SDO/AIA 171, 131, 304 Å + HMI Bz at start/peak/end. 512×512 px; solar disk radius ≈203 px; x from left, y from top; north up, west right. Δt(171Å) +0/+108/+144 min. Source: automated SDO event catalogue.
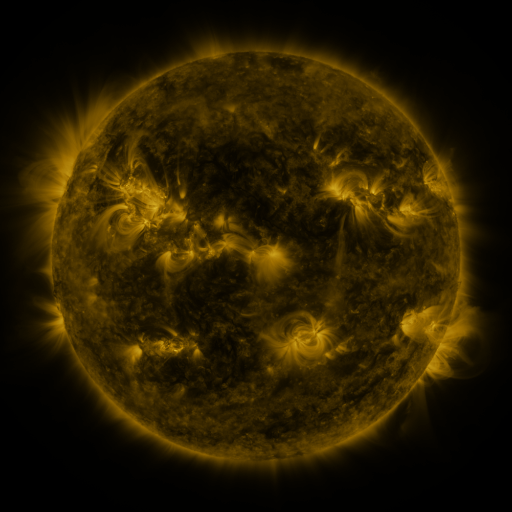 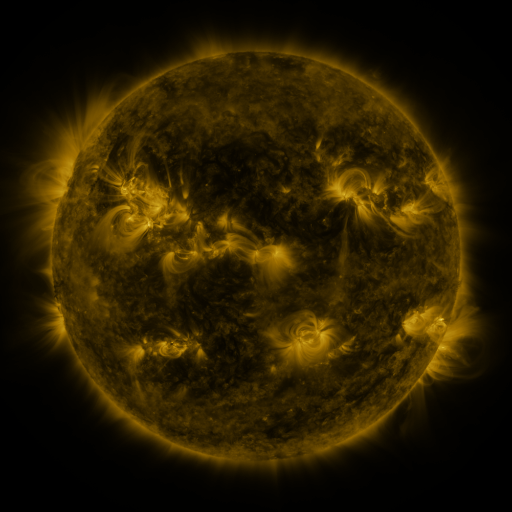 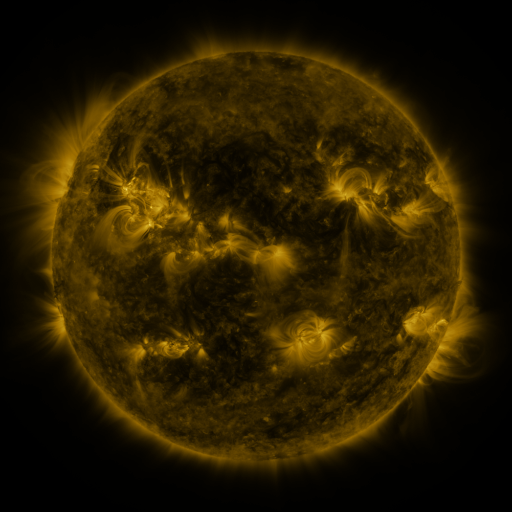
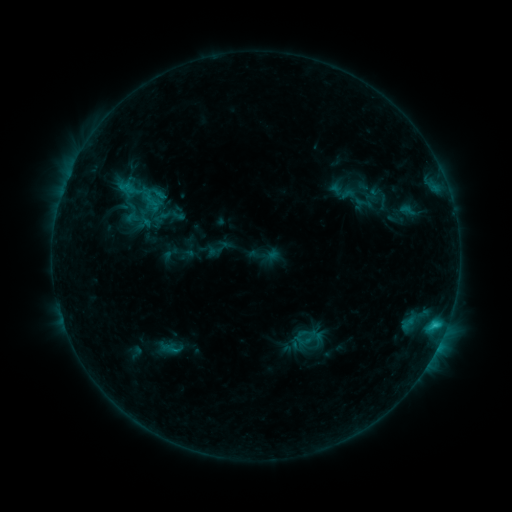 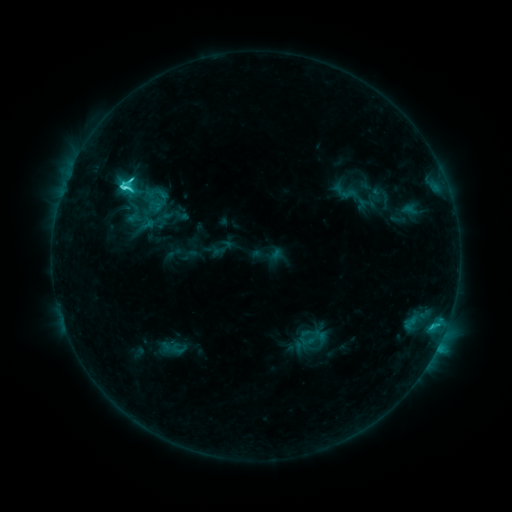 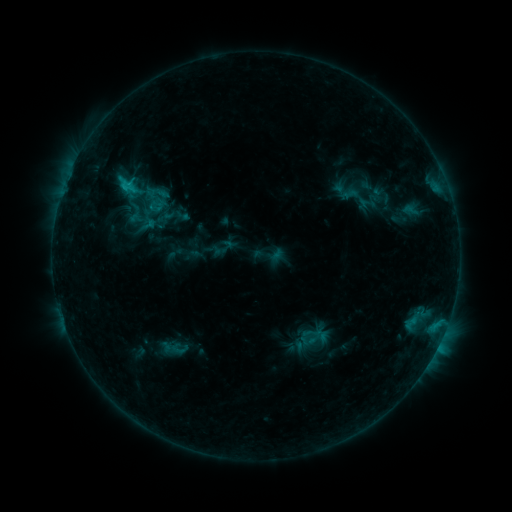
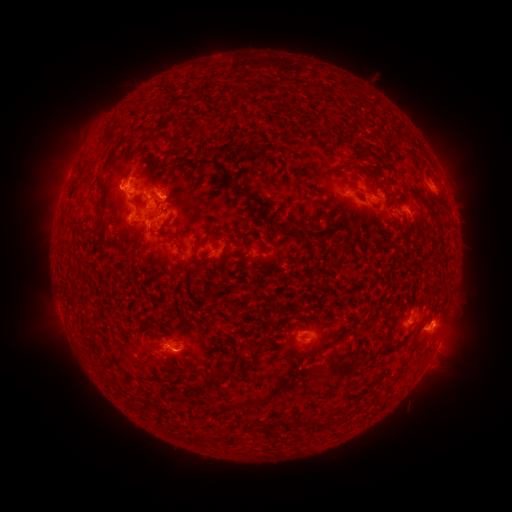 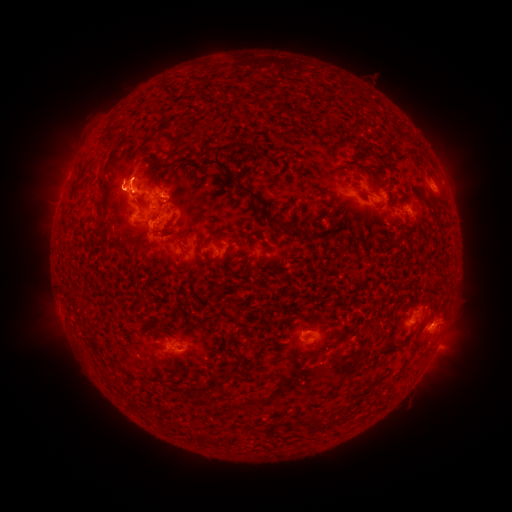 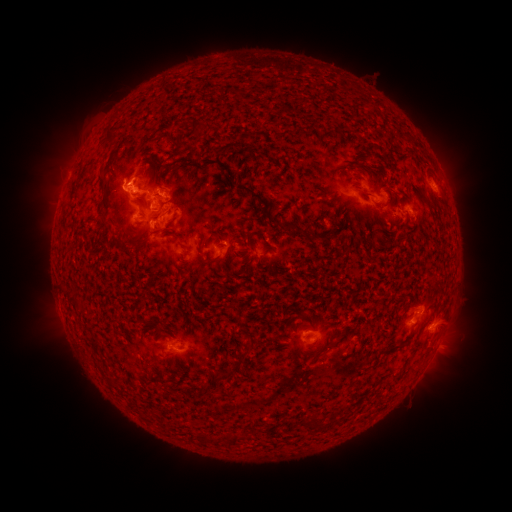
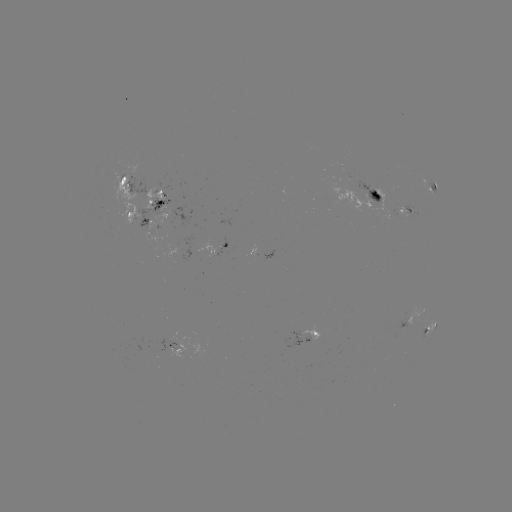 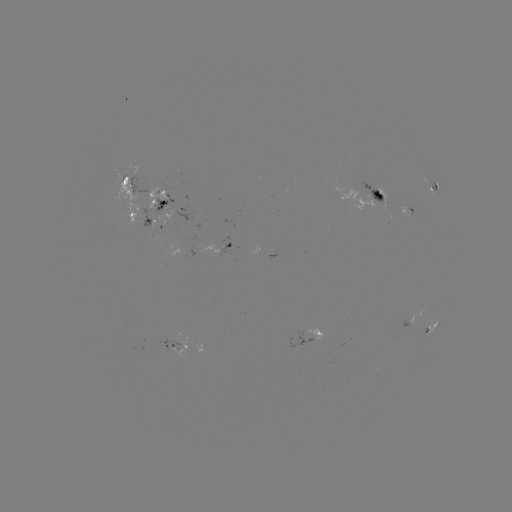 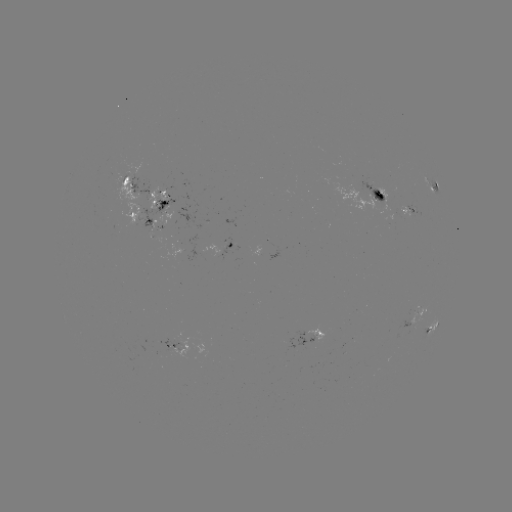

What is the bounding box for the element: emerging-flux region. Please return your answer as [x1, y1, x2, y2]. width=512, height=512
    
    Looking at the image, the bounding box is [153, 337, 181, 354].